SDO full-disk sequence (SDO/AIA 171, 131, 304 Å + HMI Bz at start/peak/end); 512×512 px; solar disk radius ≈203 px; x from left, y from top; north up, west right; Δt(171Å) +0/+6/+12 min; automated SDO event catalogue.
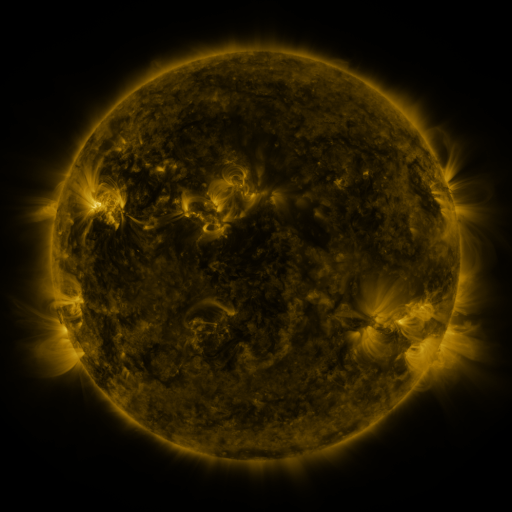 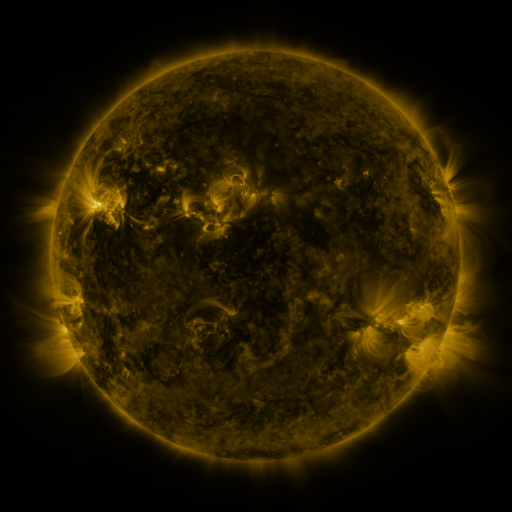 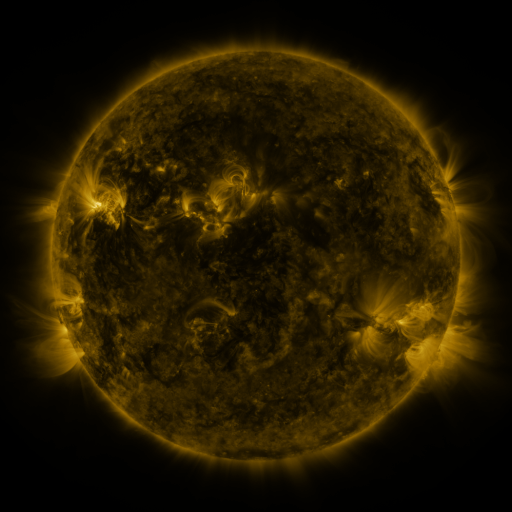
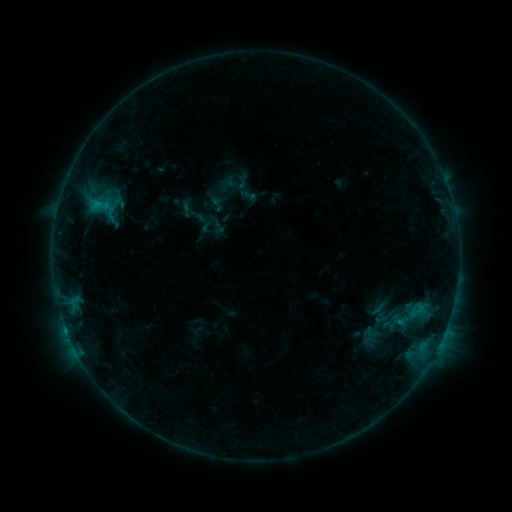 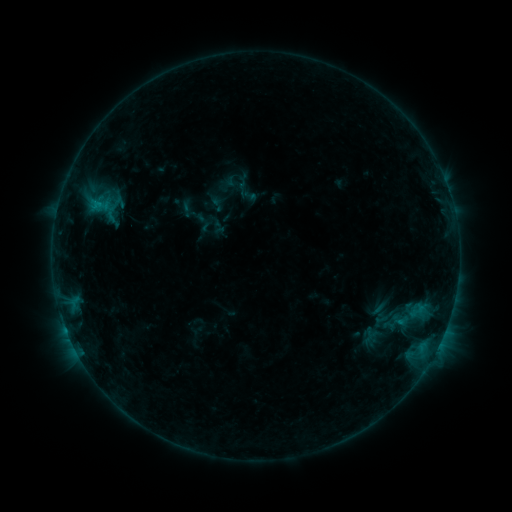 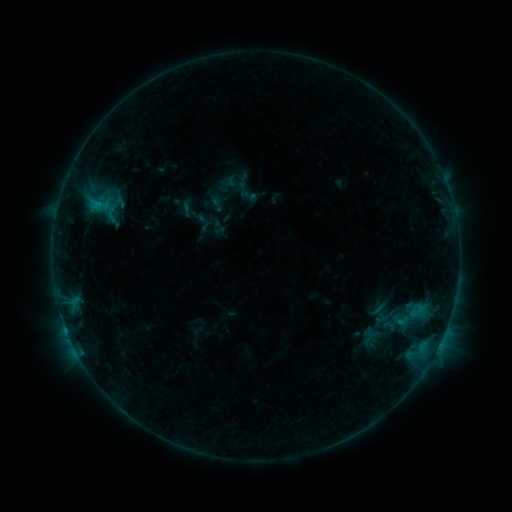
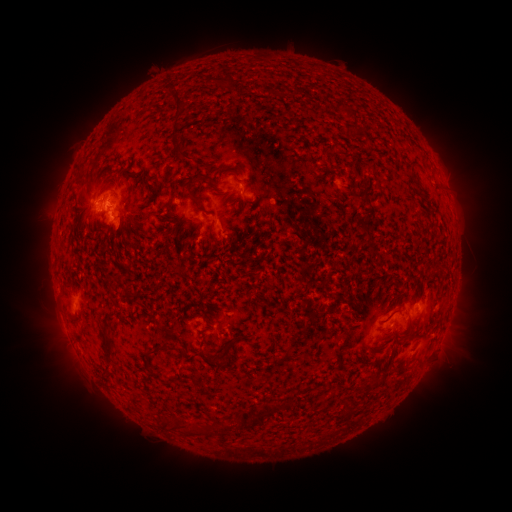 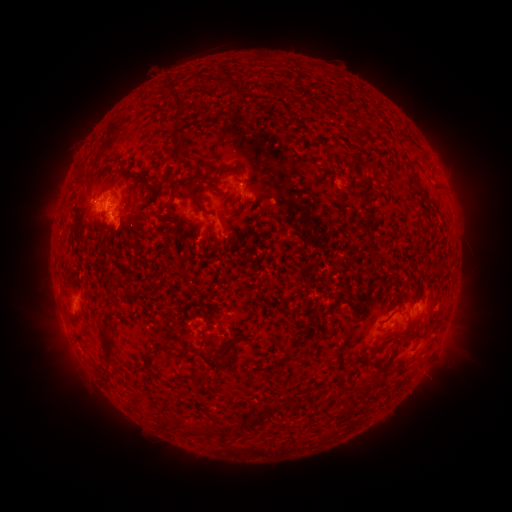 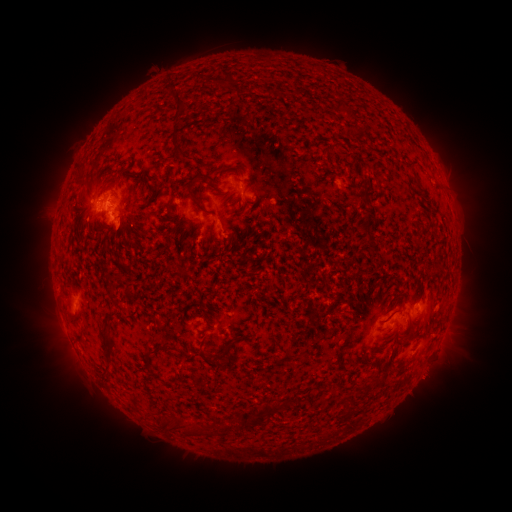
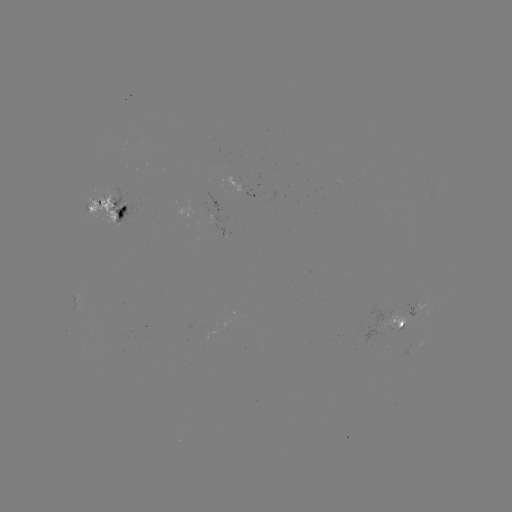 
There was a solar eruption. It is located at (428, 379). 